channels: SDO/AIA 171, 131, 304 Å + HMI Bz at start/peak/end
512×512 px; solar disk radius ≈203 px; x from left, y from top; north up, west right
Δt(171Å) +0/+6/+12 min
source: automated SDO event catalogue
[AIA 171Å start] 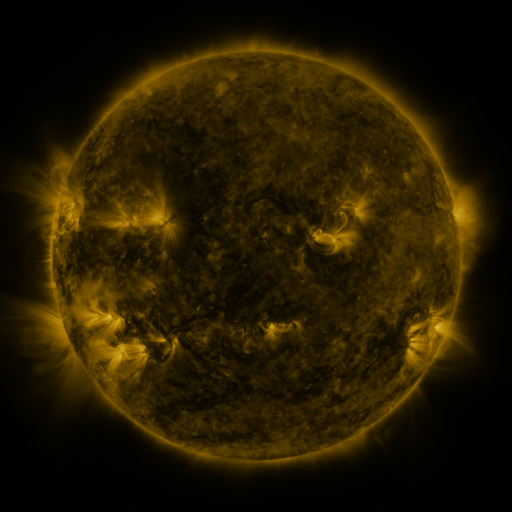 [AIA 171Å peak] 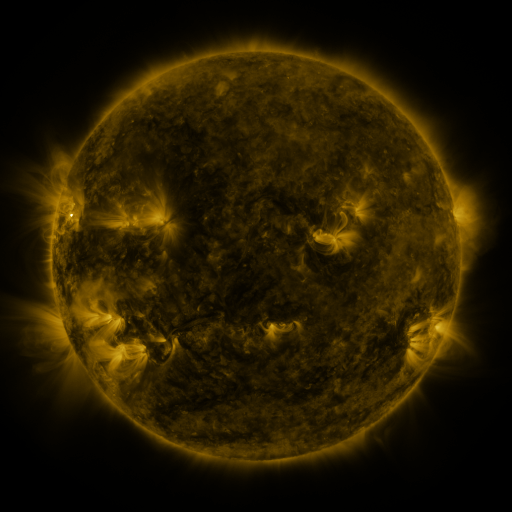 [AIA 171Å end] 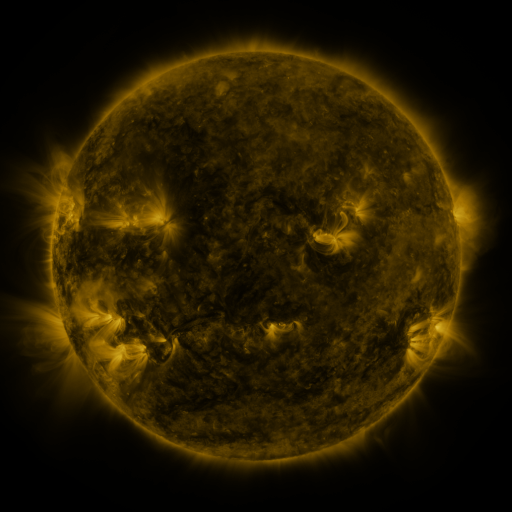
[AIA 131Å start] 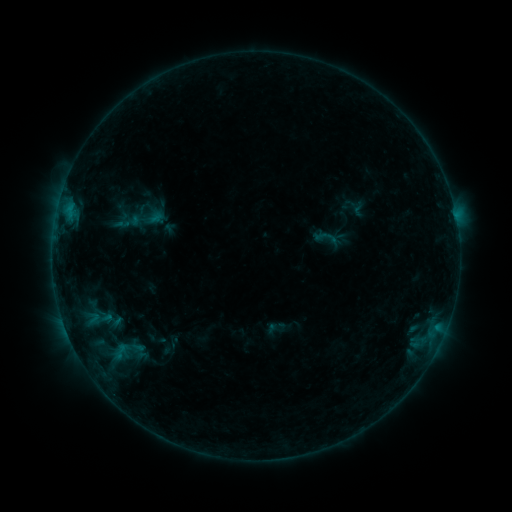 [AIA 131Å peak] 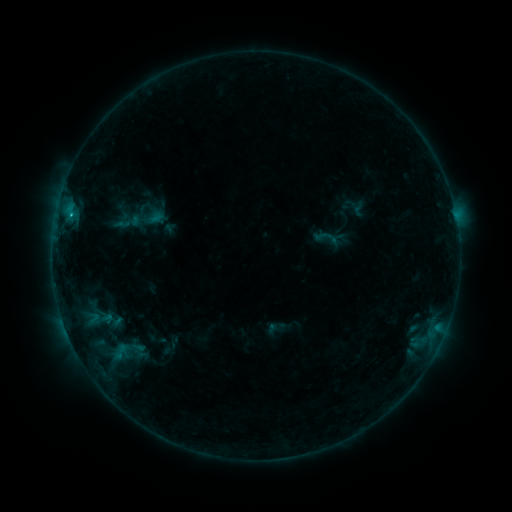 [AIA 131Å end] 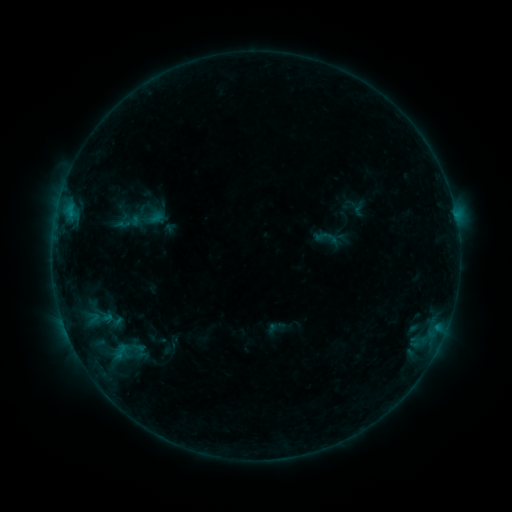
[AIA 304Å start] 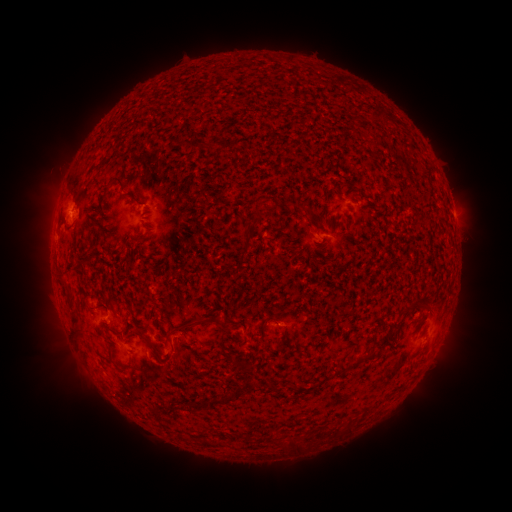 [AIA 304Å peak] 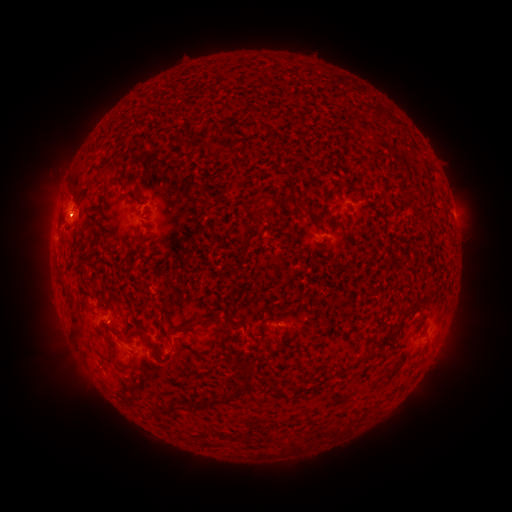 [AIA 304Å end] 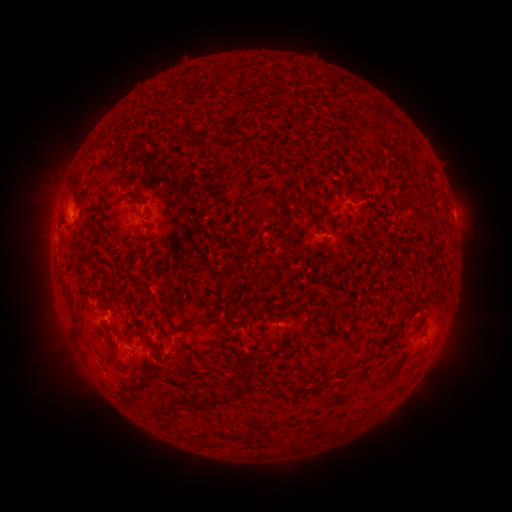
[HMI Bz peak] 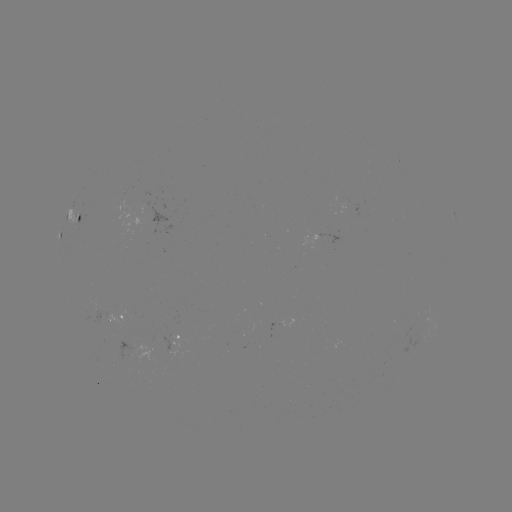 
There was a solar flare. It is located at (71, 218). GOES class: B6.2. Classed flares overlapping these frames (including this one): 1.